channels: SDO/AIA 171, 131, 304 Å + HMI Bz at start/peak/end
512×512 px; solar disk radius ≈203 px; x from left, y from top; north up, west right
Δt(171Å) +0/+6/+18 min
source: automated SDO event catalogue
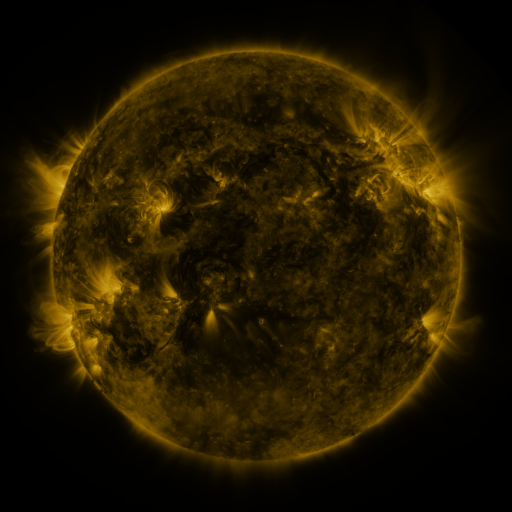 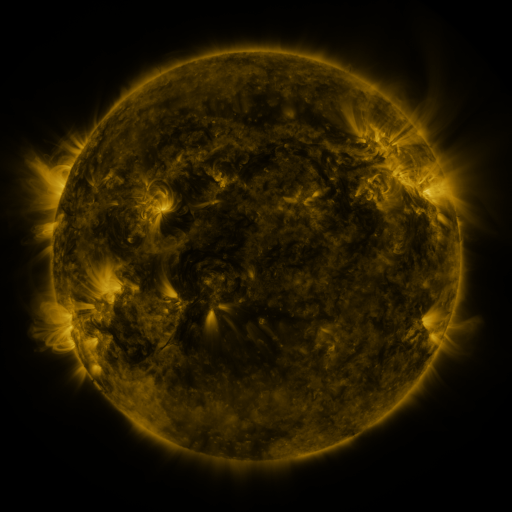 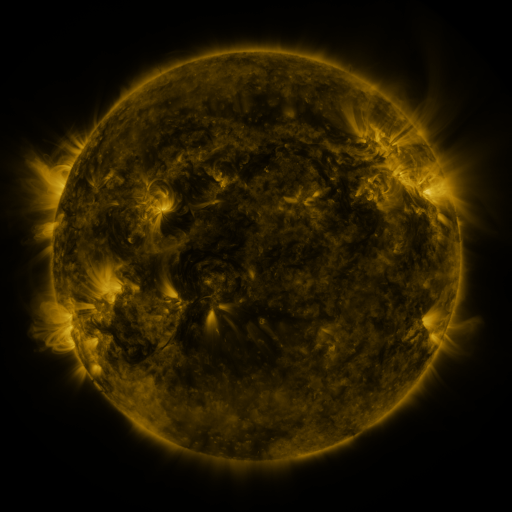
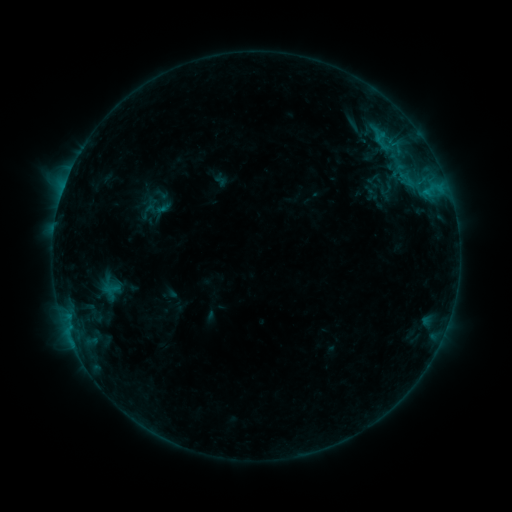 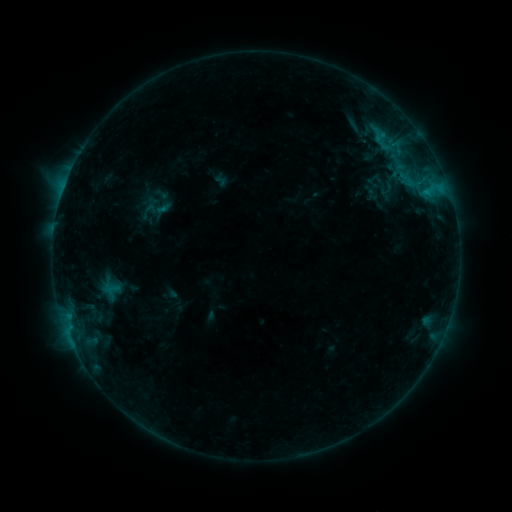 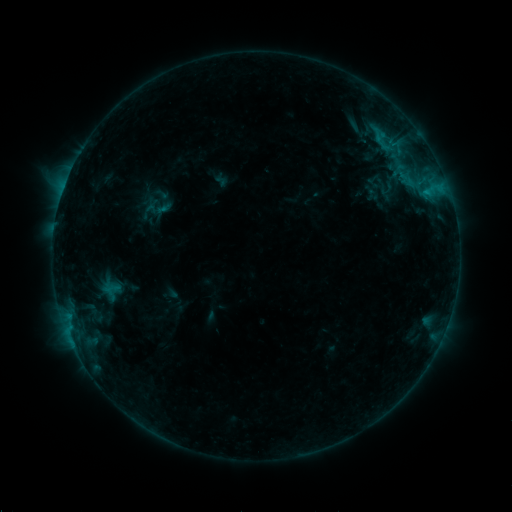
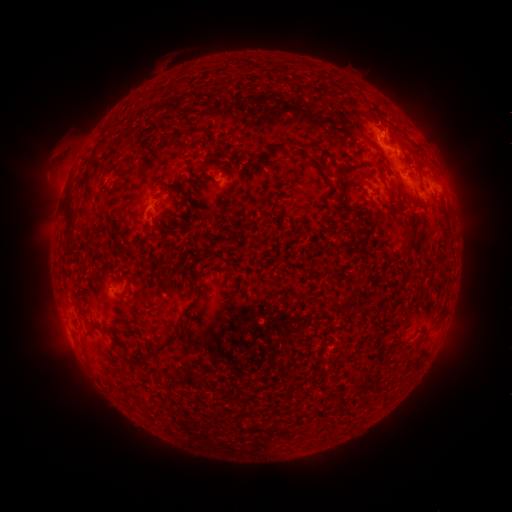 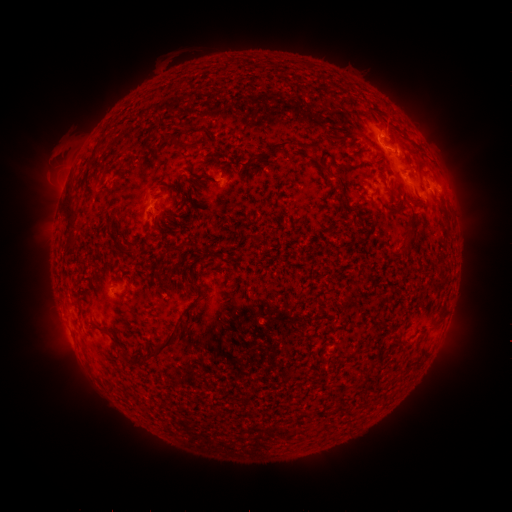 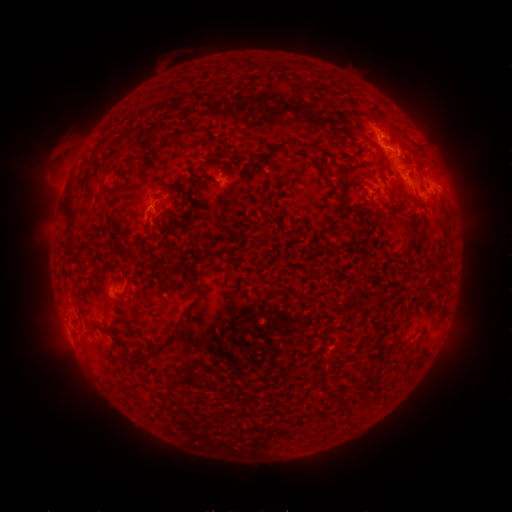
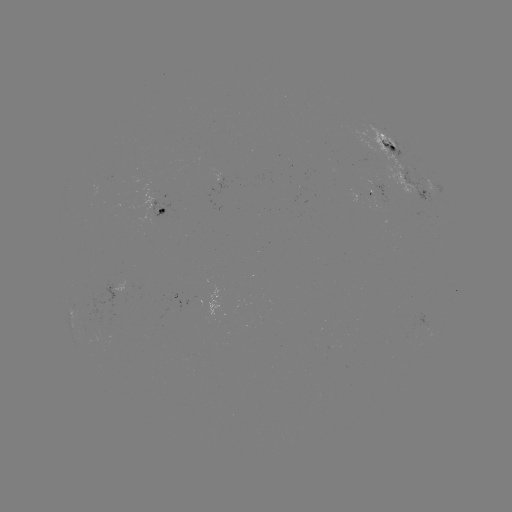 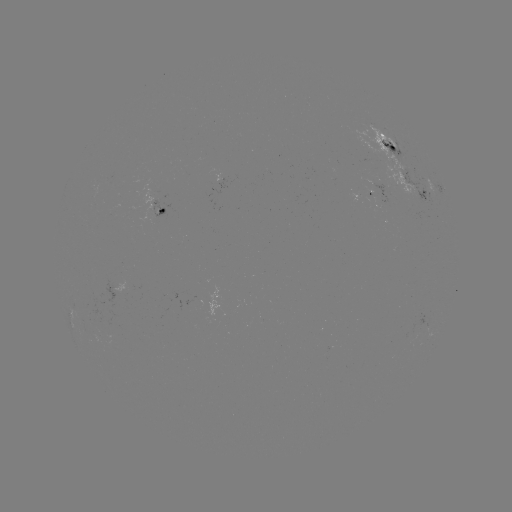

no catalogued flare and no flagged EUV brightening in this window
